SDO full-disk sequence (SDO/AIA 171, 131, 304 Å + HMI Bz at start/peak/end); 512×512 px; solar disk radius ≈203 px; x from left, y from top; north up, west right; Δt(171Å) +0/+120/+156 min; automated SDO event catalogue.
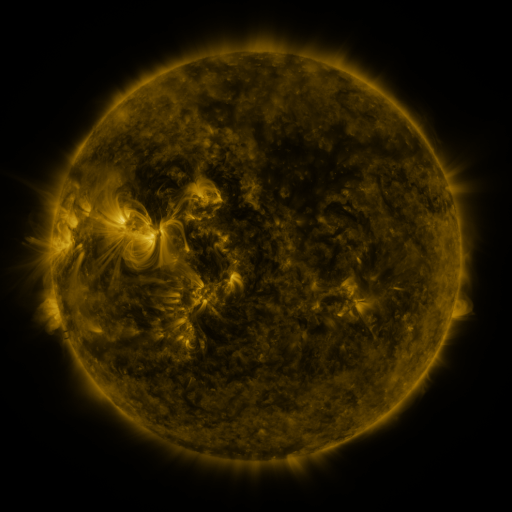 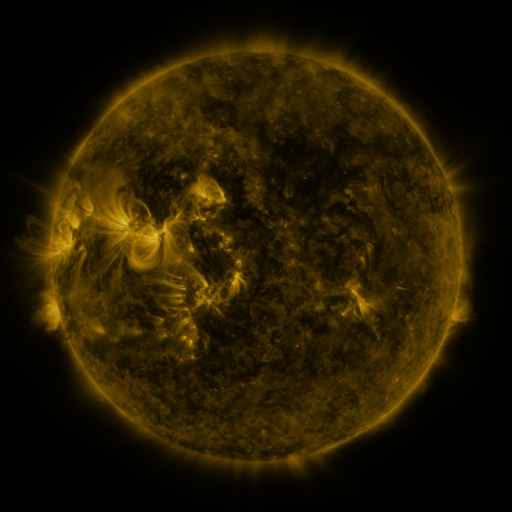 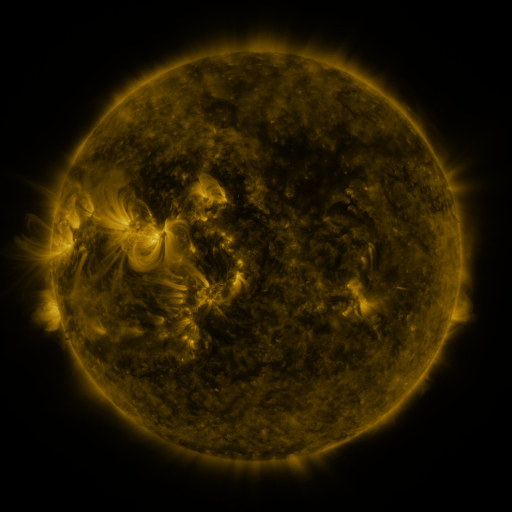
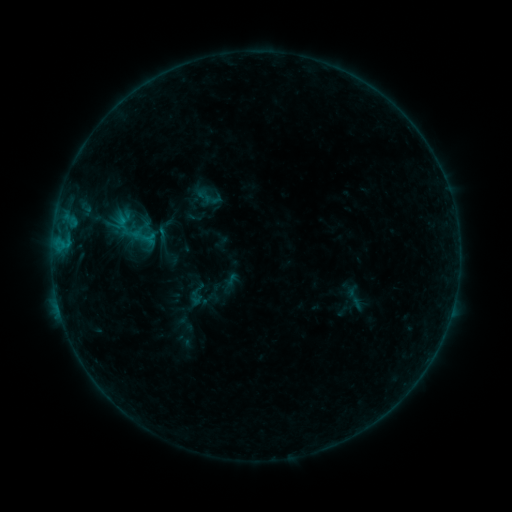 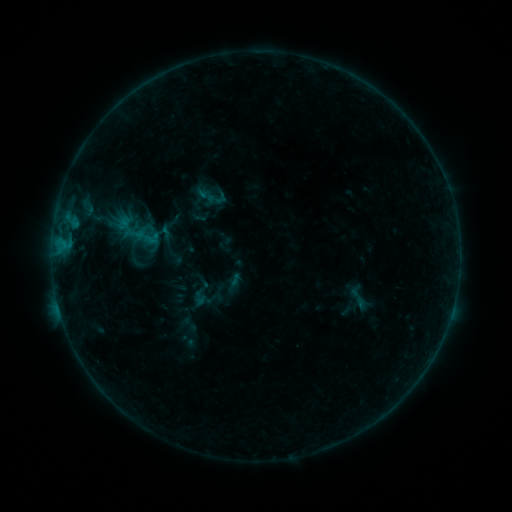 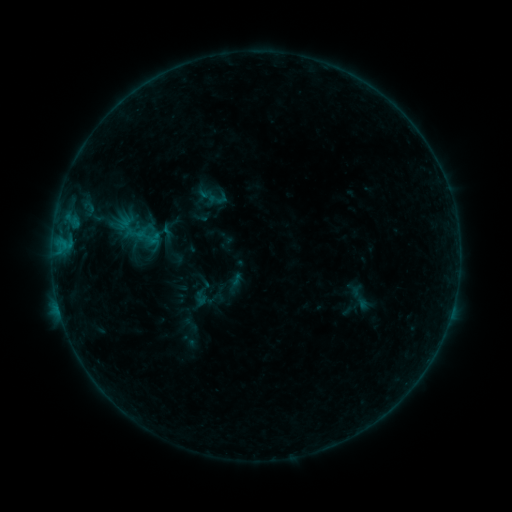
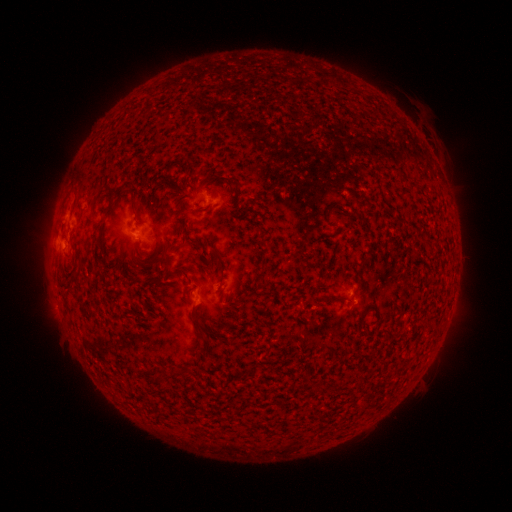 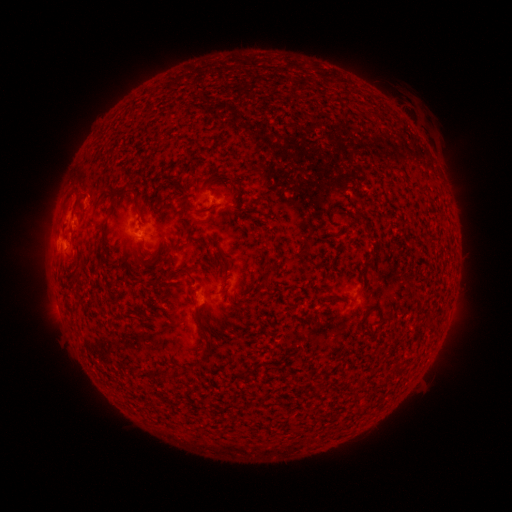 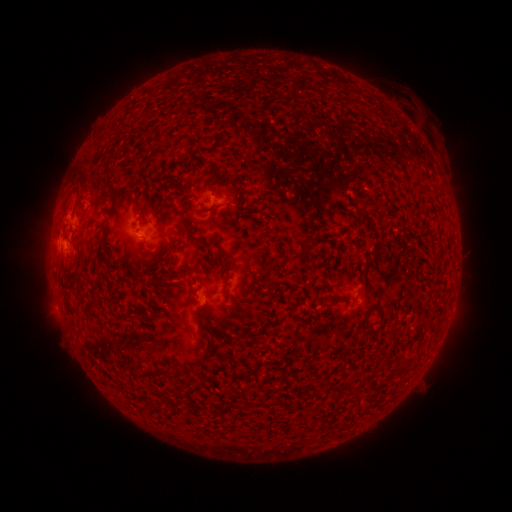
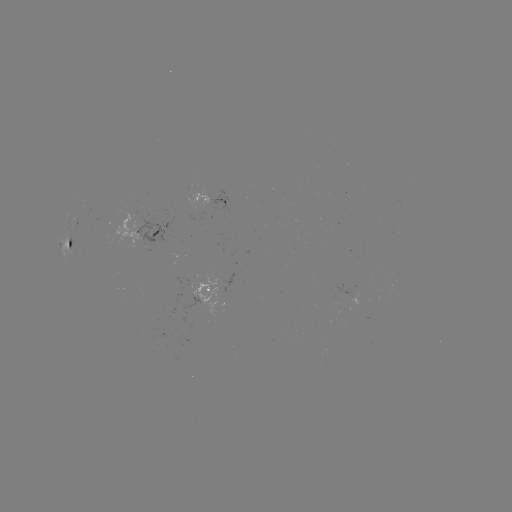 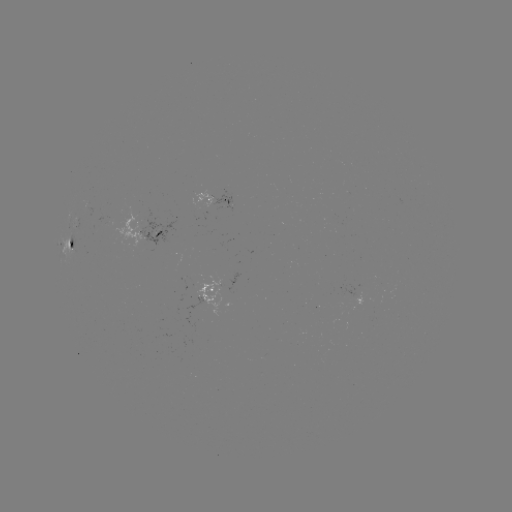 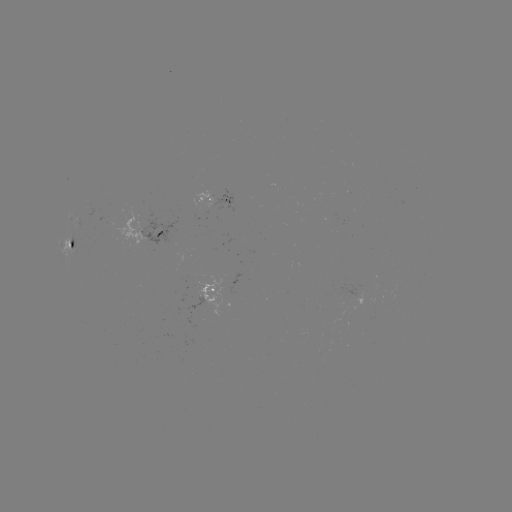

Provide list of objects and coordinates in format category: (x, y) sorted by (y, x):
emerging-flux region: (103, 221)
